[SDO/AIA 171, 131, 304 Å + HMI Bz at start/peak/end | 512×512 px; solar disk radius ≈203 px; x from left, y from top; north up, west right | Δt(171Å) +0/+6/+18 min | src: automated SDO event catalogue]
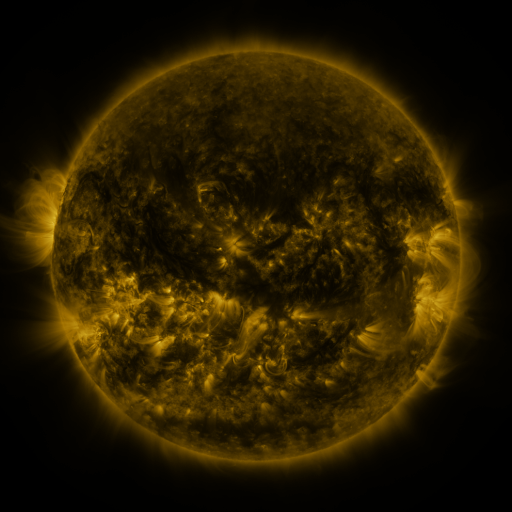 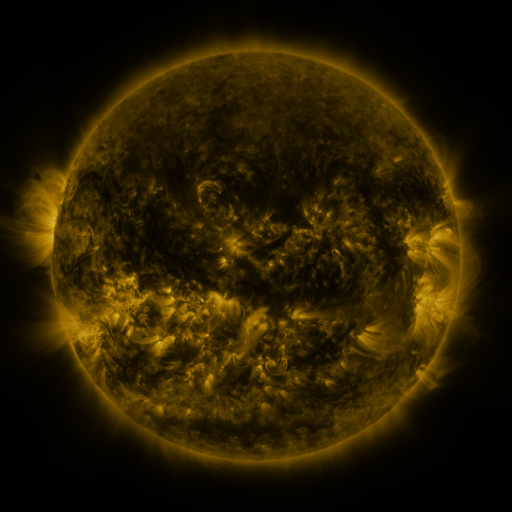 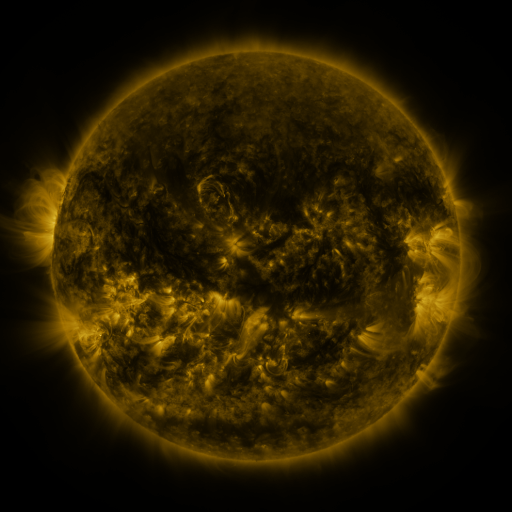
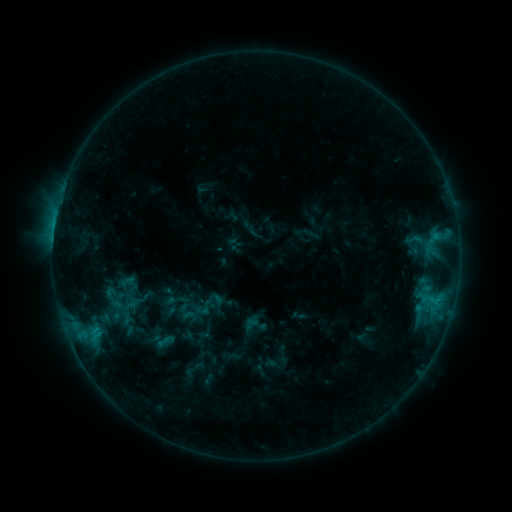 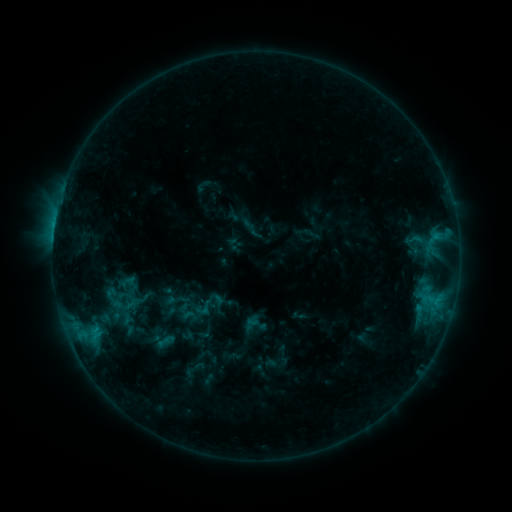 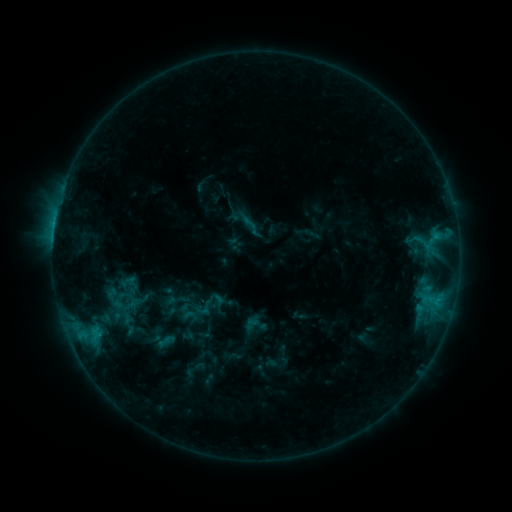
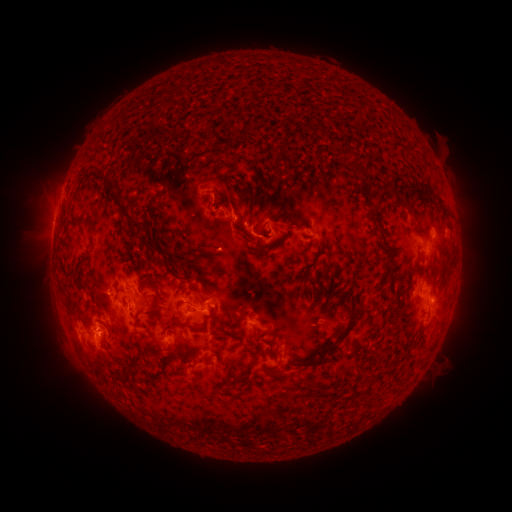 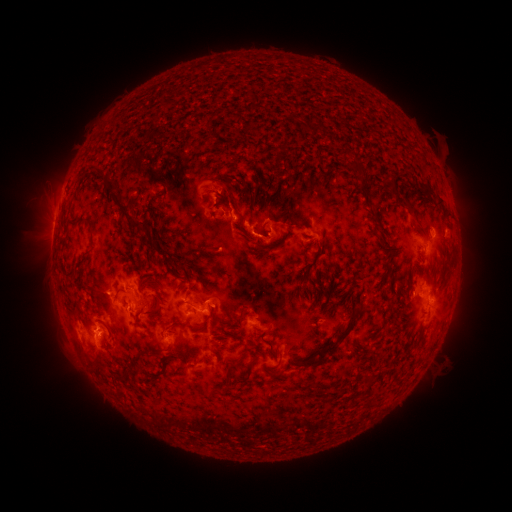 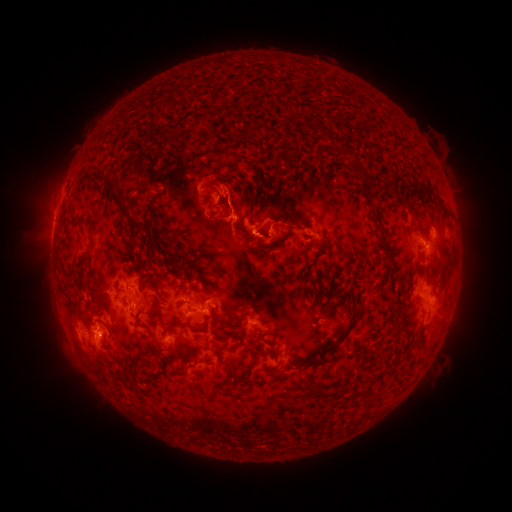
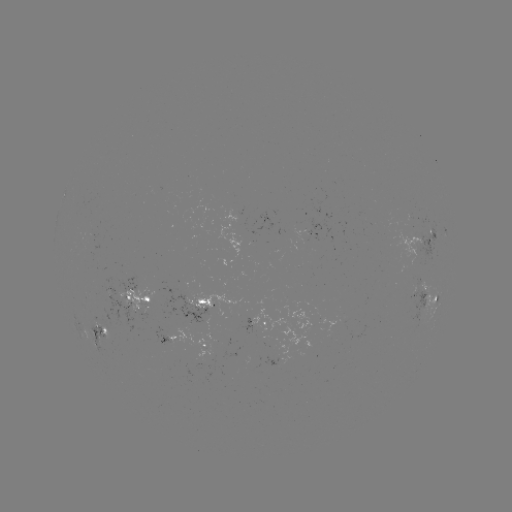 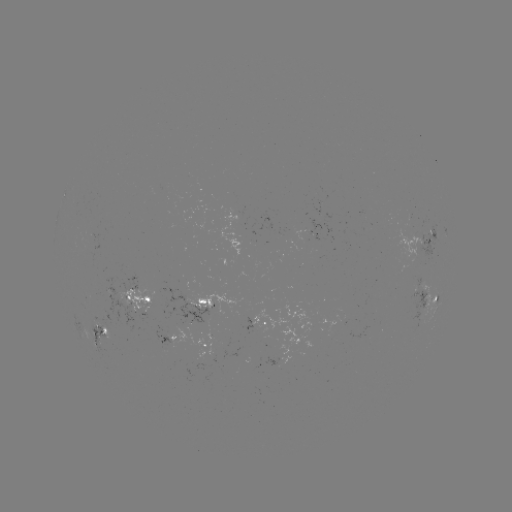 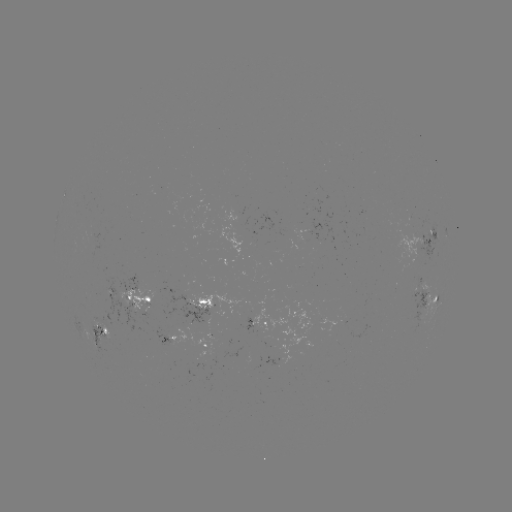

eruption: <bbox>198, 158, 249, 208</bbox>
